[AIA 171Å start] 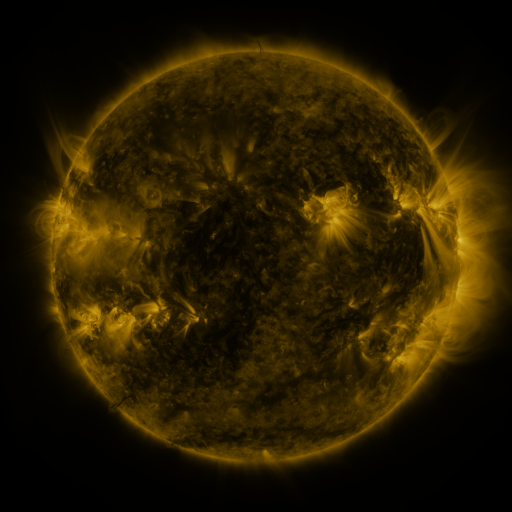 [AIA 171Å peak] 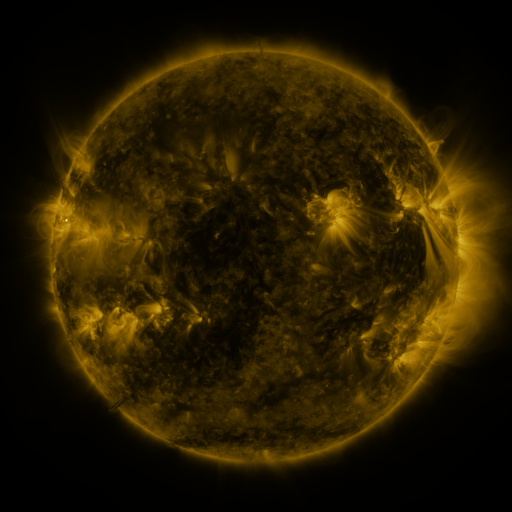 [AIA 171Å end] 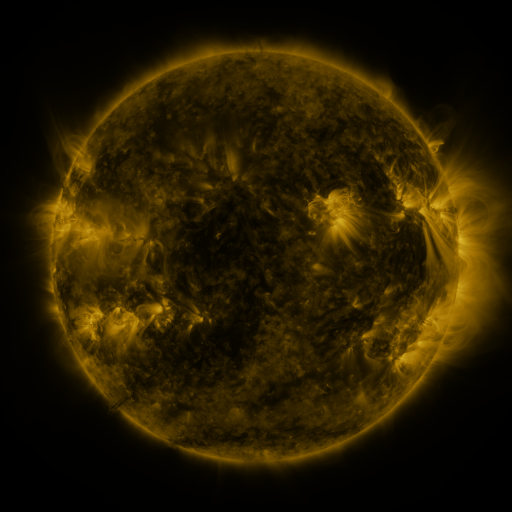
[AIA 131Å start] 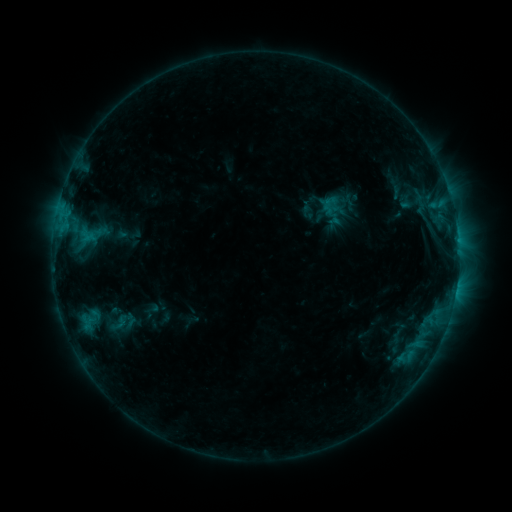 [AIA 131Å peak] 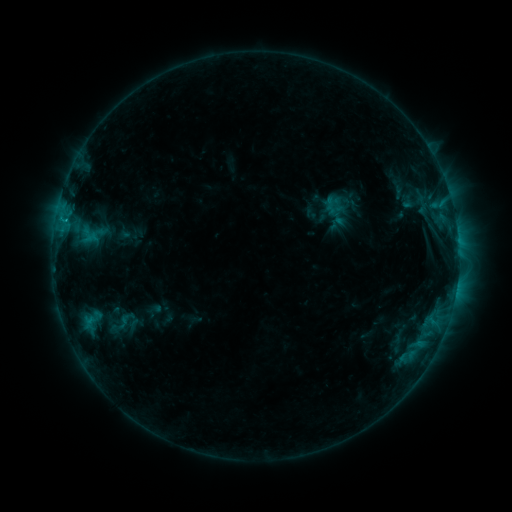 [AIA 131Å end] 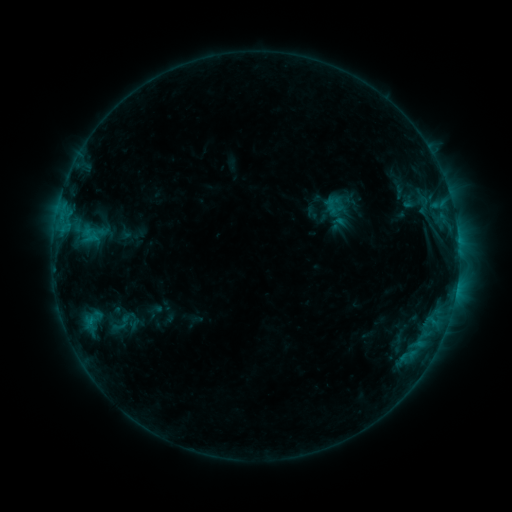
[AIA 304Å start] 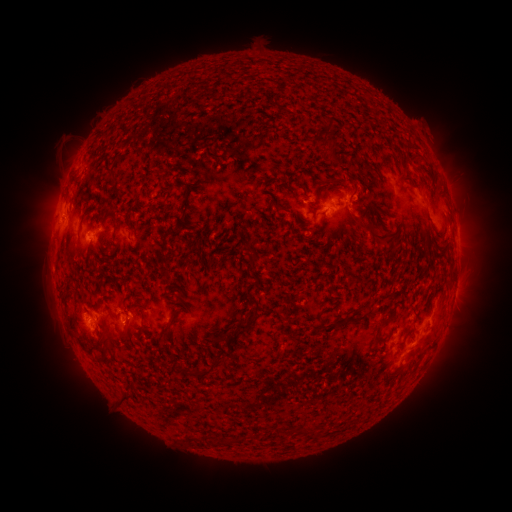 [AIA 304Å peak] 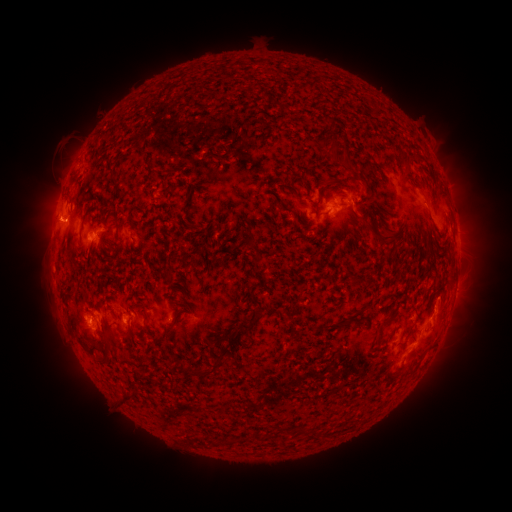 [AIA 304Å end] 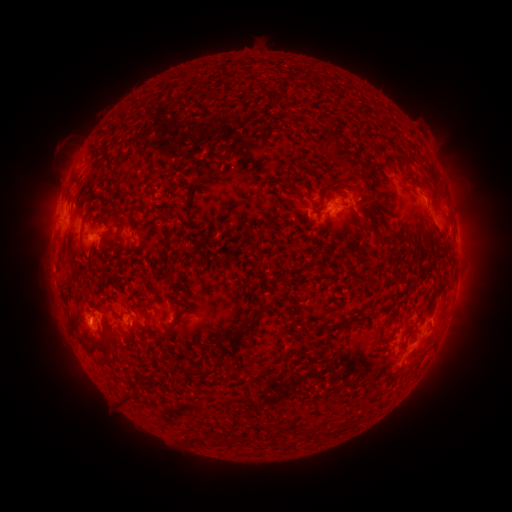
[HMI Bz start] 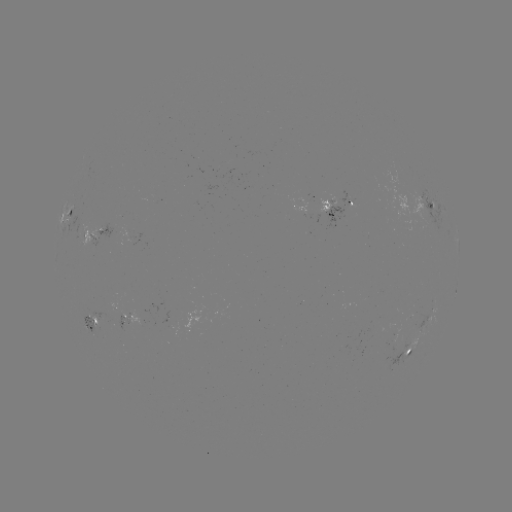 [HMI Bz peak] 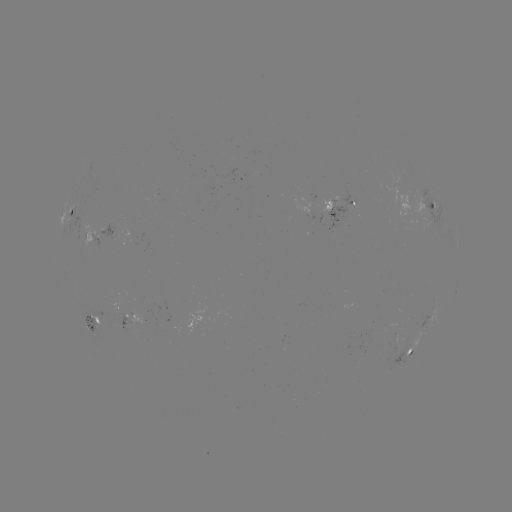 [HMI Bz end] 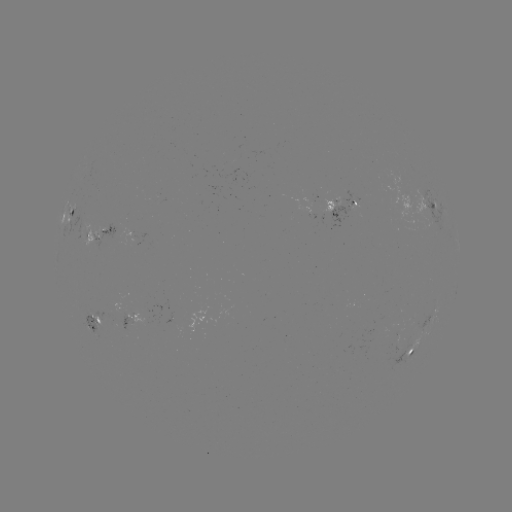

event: emerging-flux region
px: (129, 323)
